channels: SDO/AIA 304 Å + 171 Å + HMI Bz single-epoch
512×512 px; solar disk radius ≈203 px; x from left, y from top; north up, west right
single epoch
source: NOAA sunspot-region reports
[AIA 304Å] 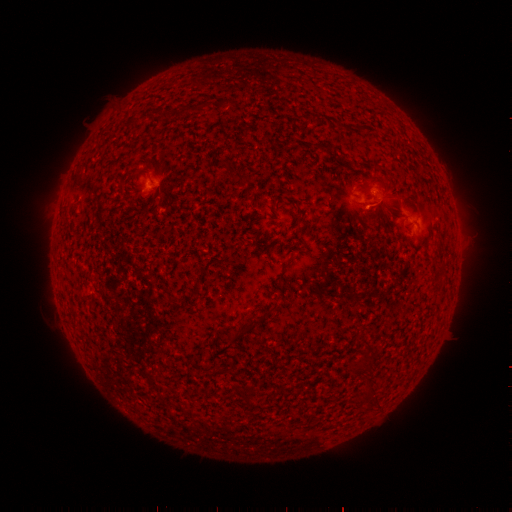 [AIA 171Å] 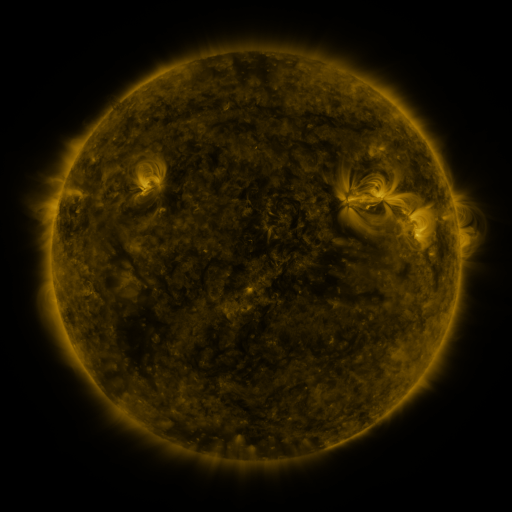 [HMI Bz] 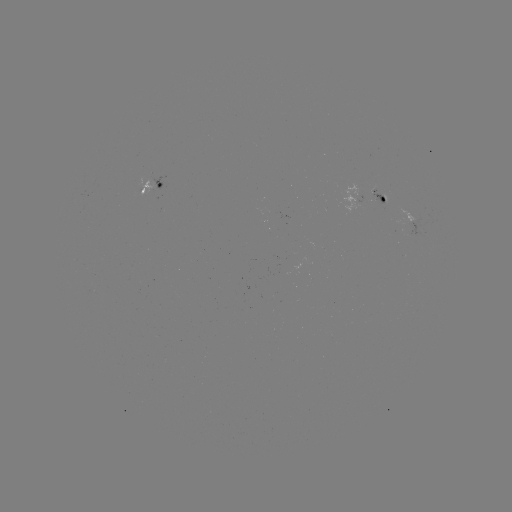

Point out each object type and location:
spotted active region: (154, 186)
spotted active region: (367, 200)
